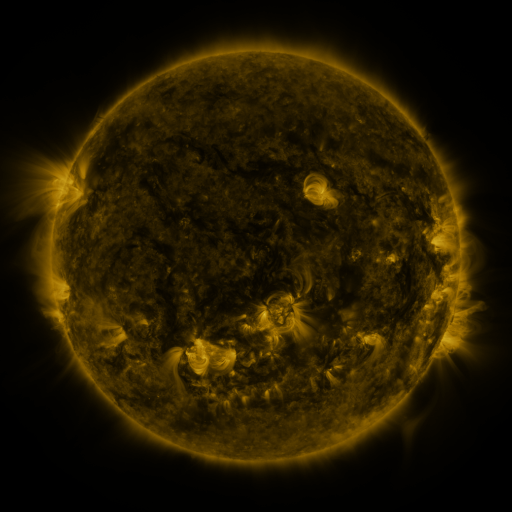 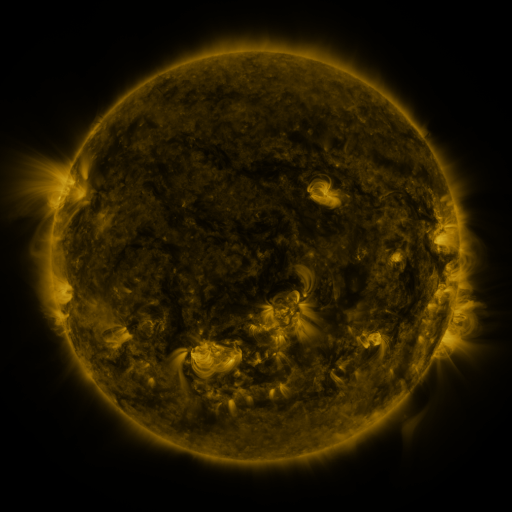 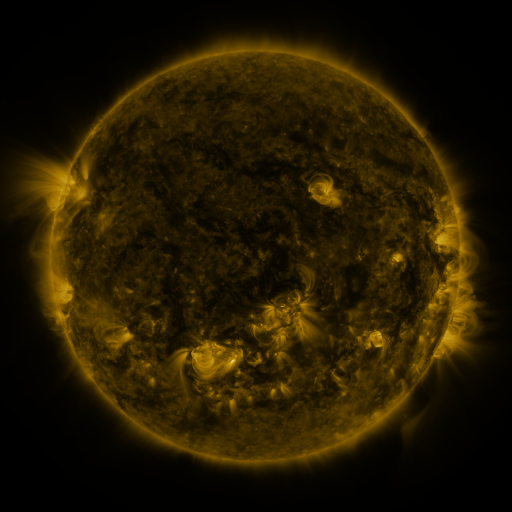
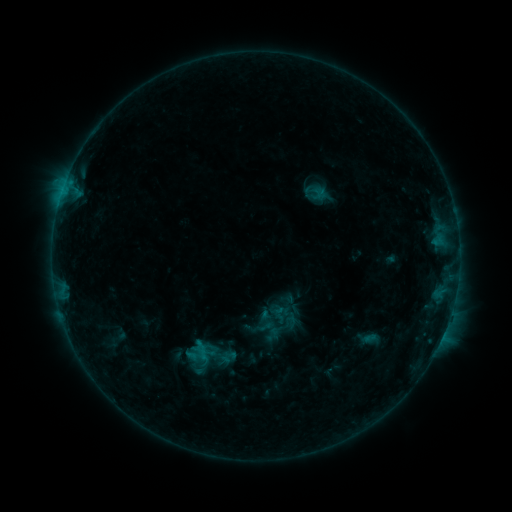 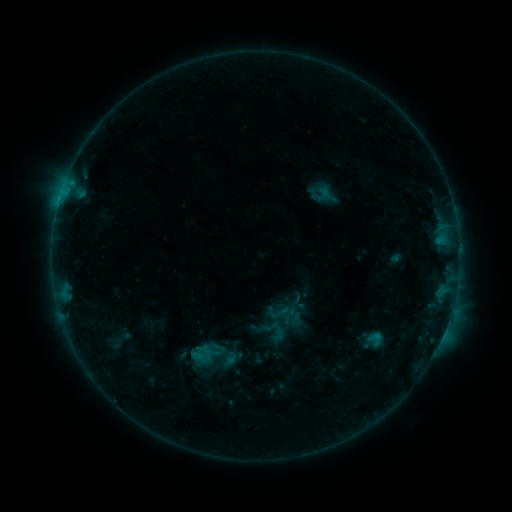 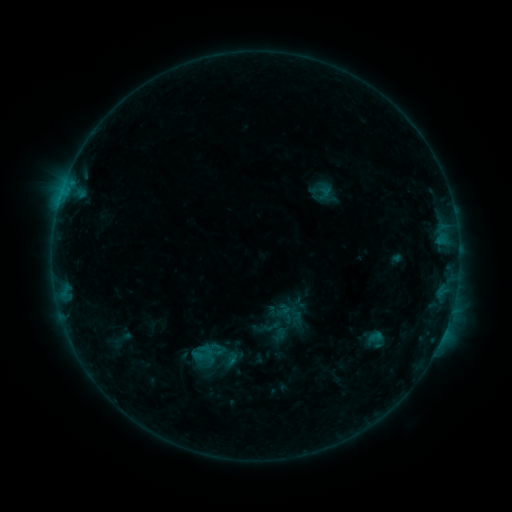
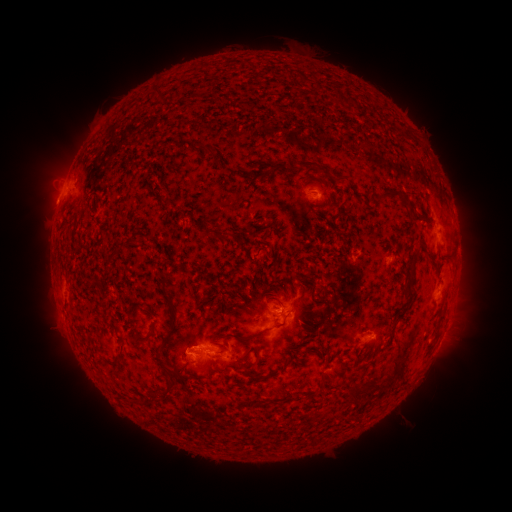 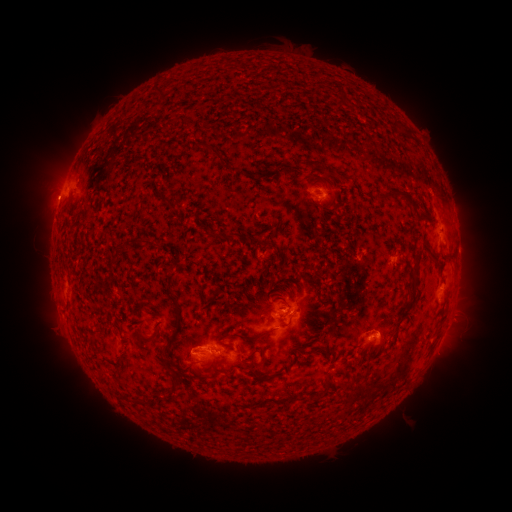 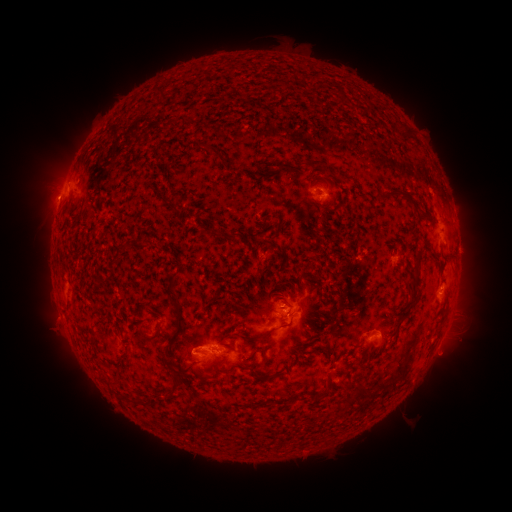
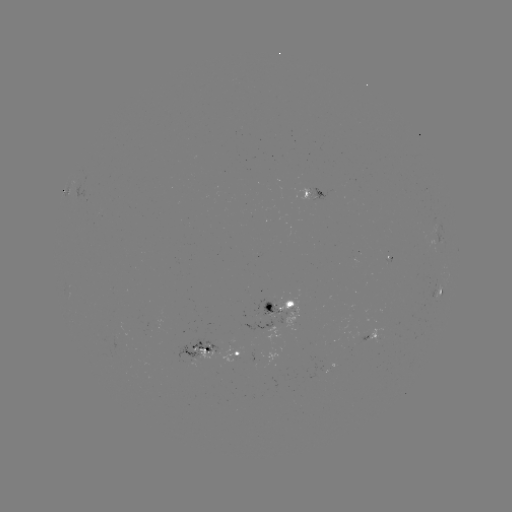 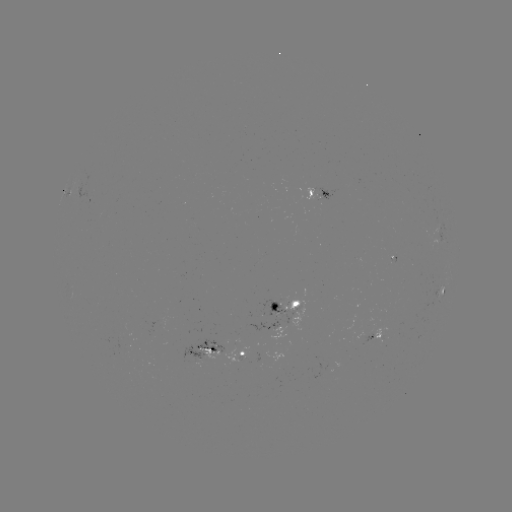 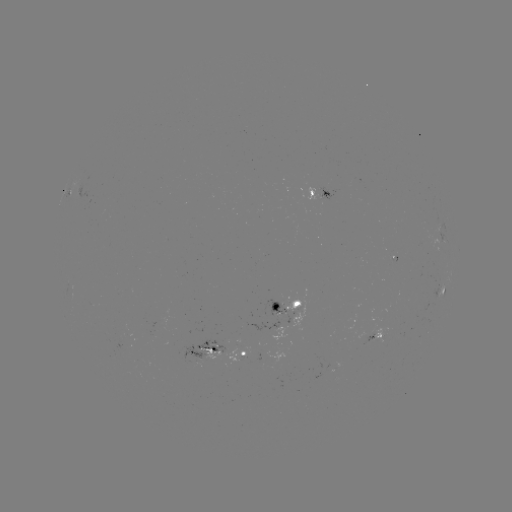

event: emerging-flux region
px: (322, 196)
